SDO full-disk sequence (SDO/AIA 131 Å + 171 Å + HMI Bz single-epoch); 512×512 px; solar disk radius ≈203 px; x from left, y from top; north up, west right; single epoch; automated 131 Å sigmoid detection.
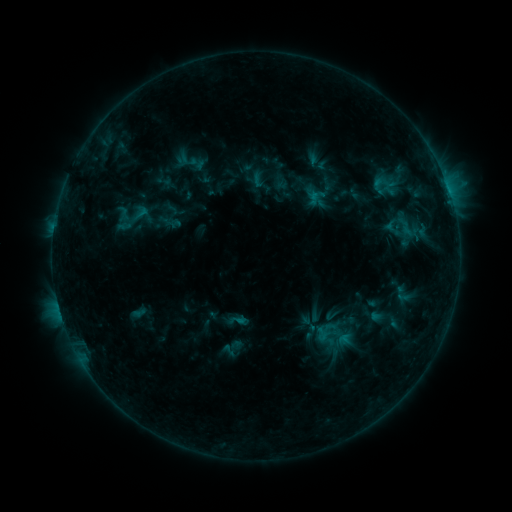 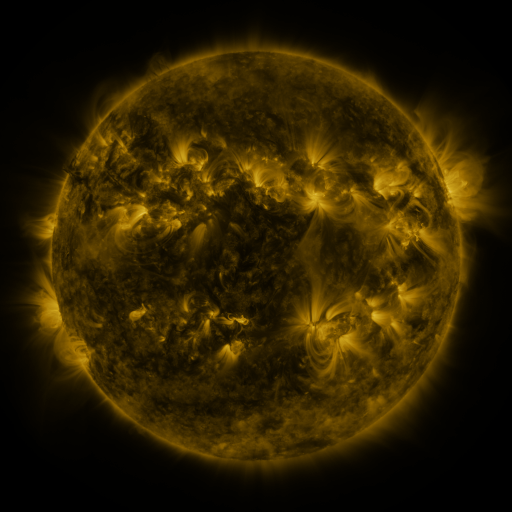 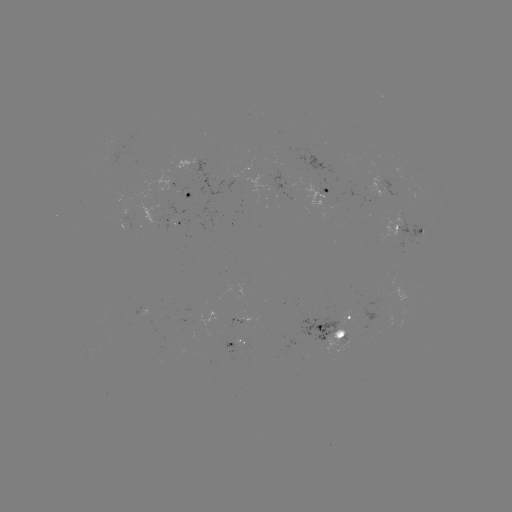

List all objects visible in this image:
sigmoid: (114, 196, 155, 237)
sigmoid: (314, 326, 329, 342)
